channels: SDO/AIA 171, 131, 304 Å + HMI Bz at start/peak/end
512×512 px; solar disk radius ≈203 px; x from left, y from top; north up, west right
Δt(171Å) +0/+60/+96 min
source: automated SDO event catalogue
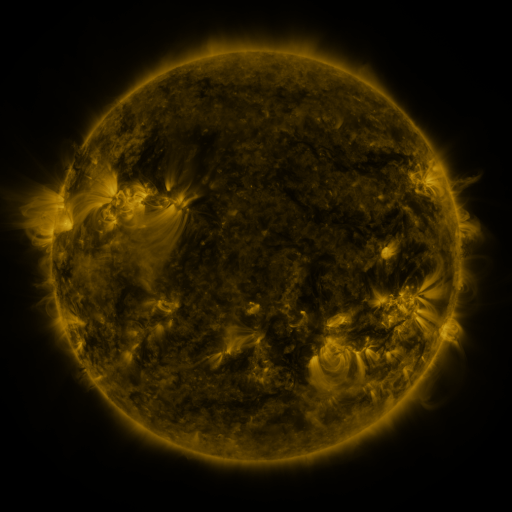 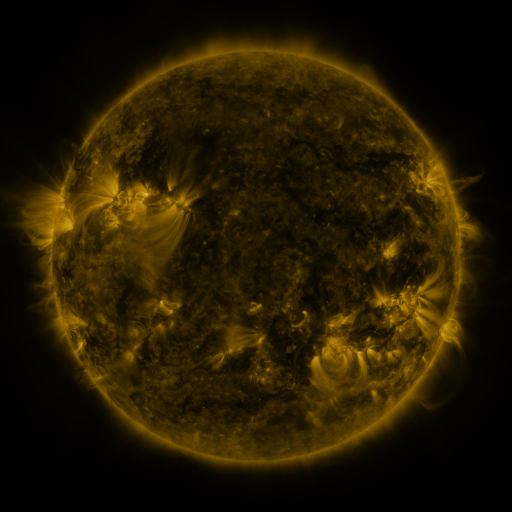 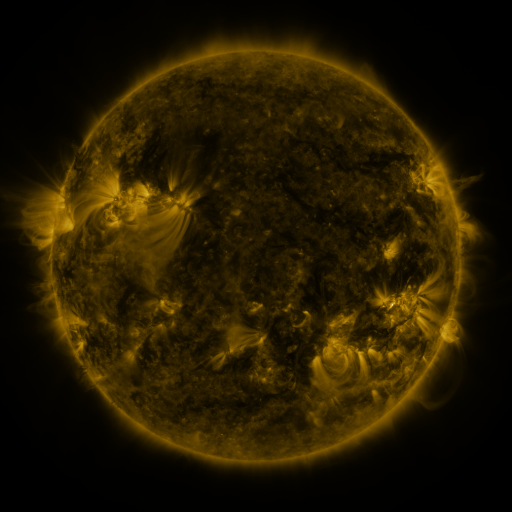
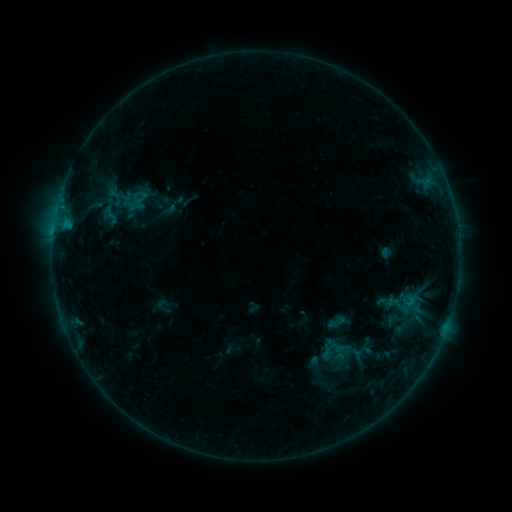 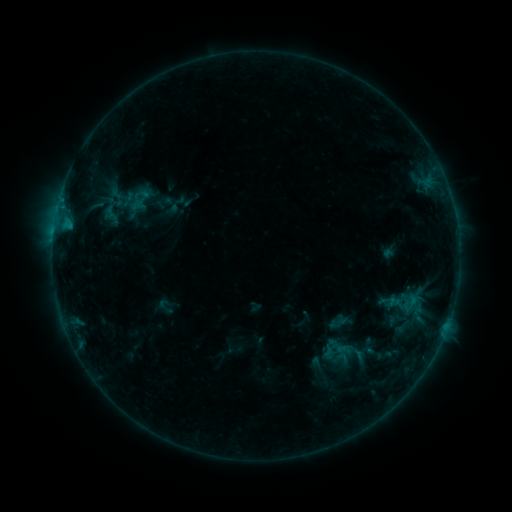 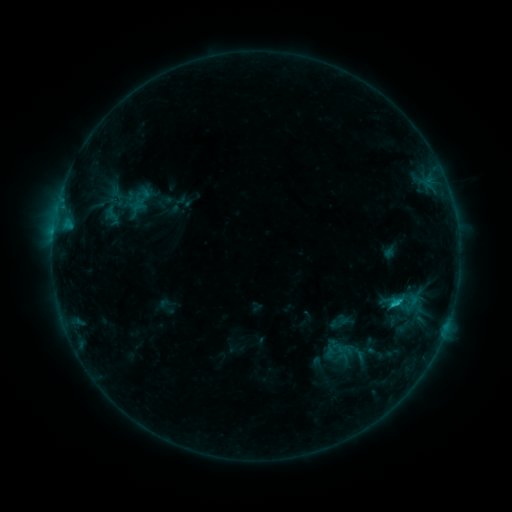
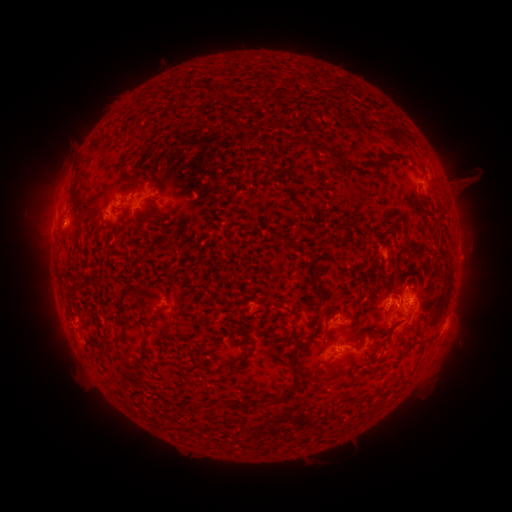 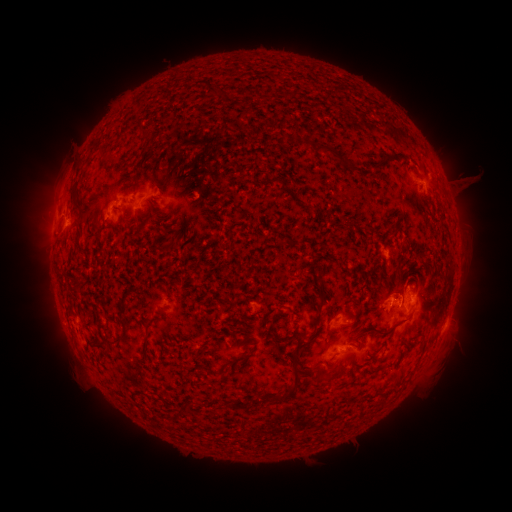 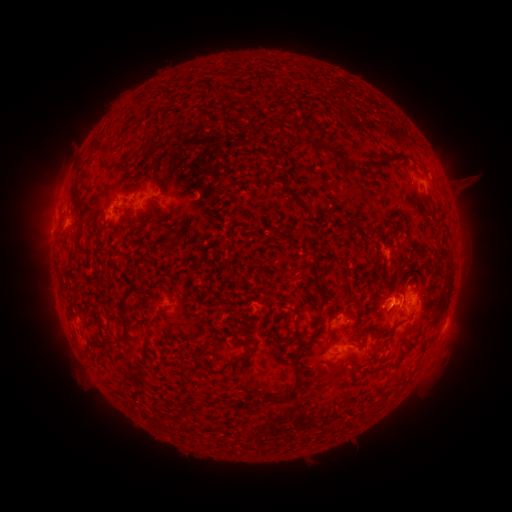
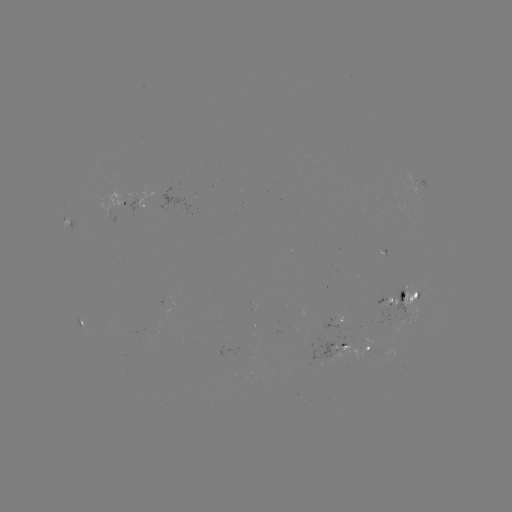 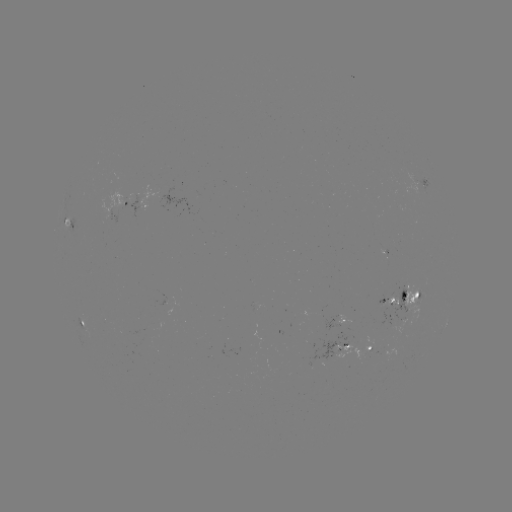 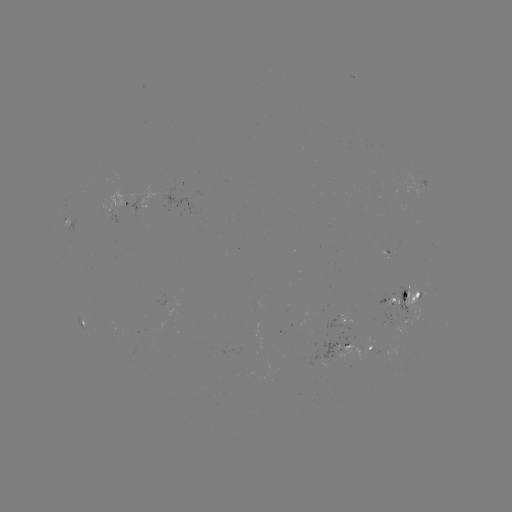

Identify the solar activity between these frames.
emerging-flux region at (382, 249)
